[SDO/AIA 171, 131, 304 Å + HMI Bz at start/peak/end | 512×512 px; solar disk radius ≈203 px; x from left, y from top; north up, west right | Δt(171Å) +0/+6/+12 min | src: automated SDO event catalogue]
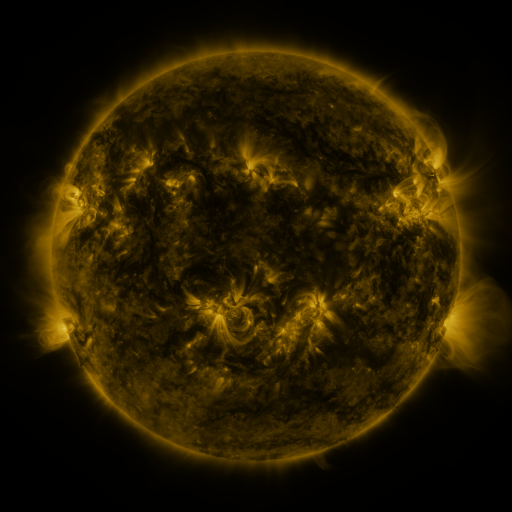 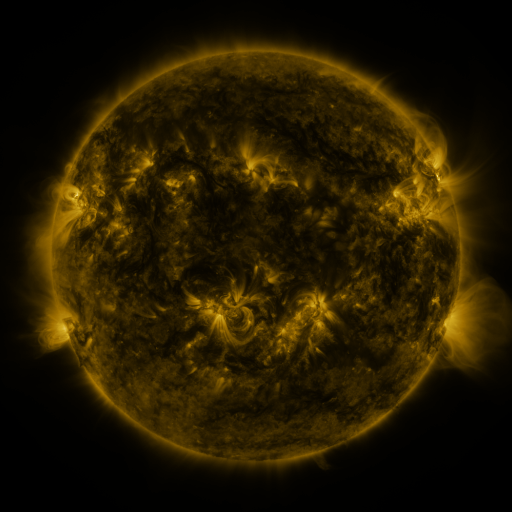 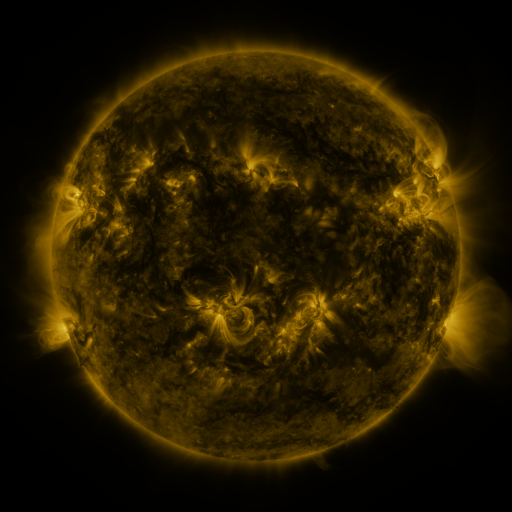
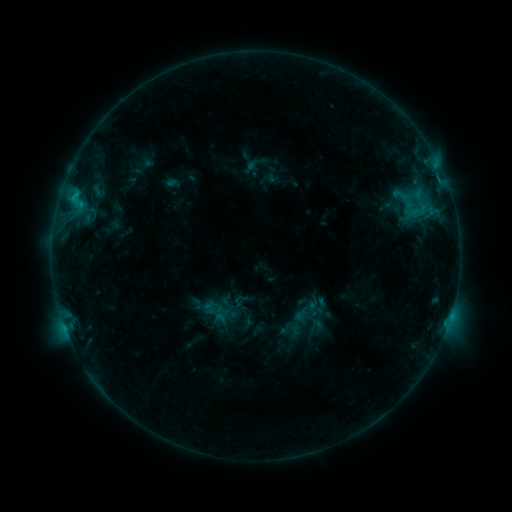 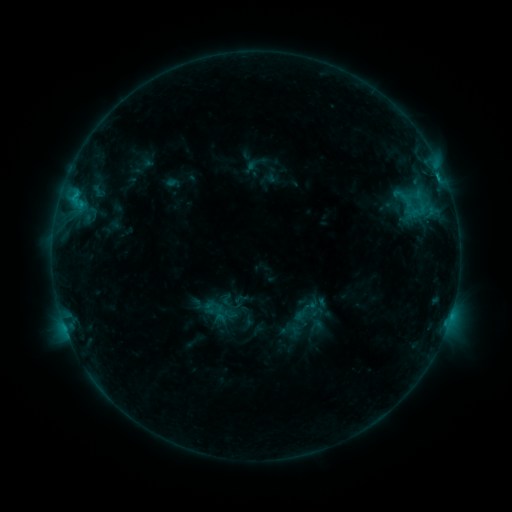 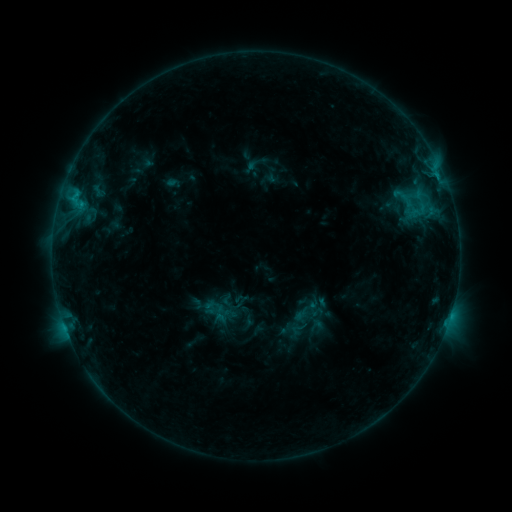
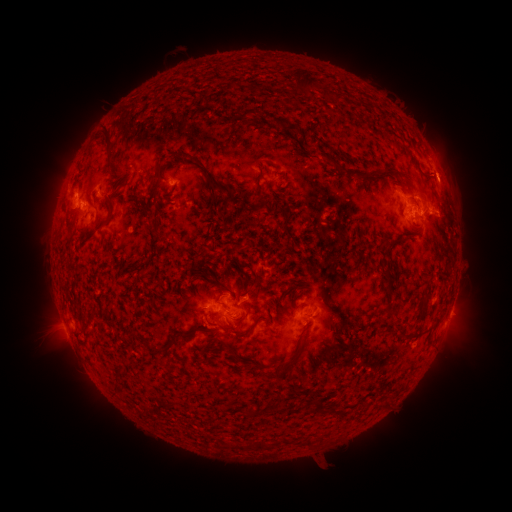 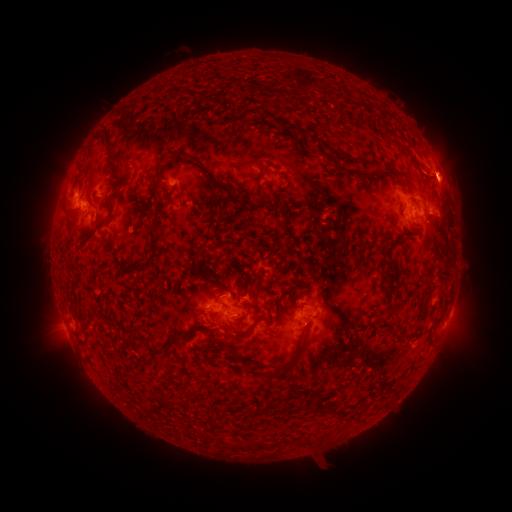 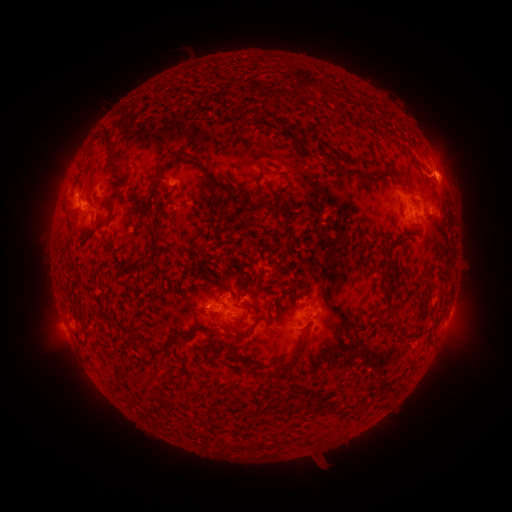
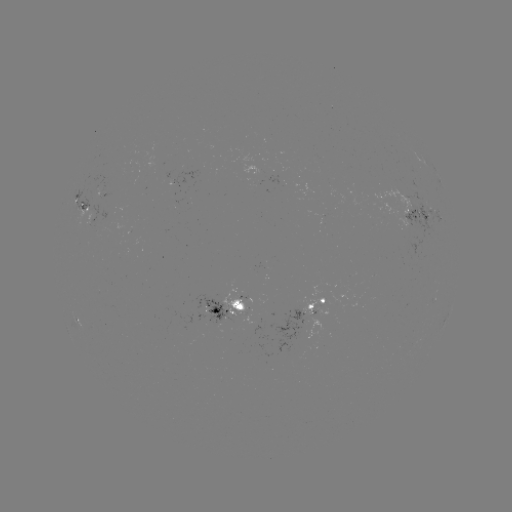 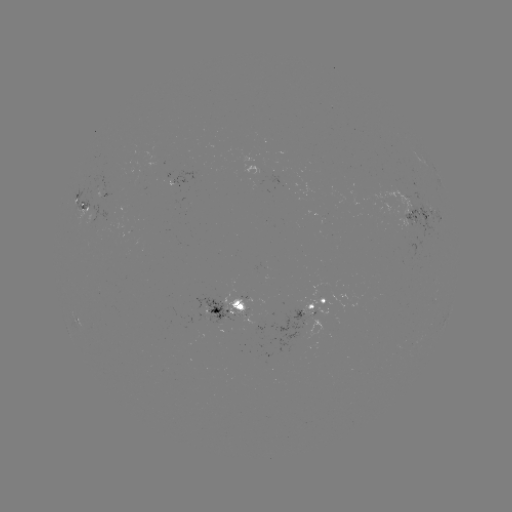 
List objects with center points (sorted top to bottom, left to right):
eruption: (457, 174)
